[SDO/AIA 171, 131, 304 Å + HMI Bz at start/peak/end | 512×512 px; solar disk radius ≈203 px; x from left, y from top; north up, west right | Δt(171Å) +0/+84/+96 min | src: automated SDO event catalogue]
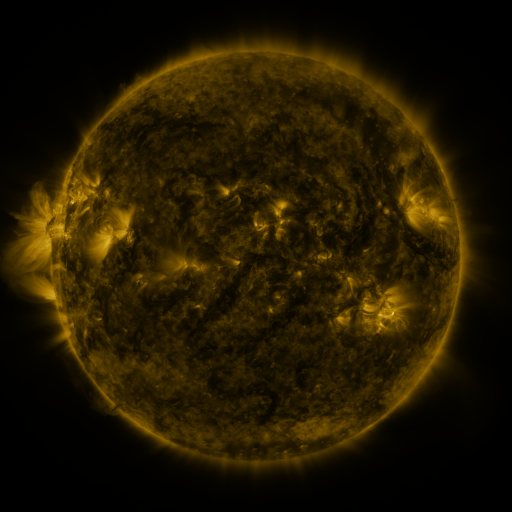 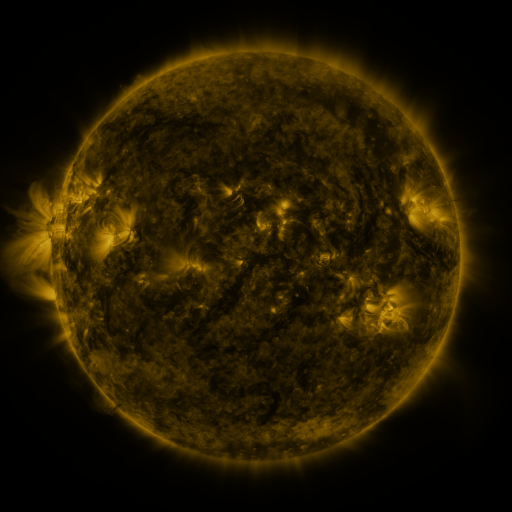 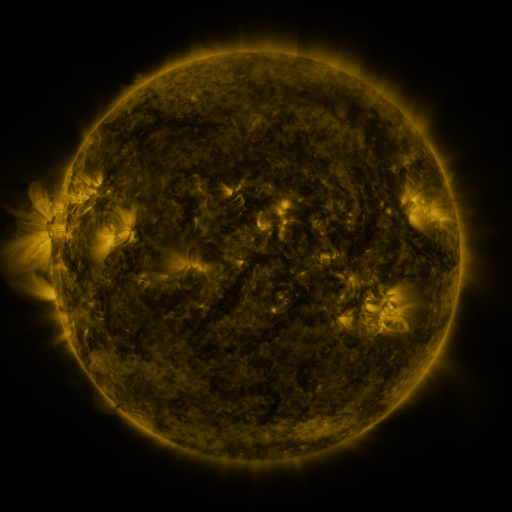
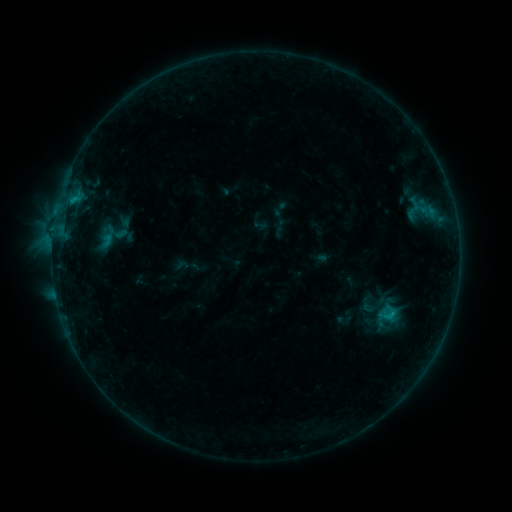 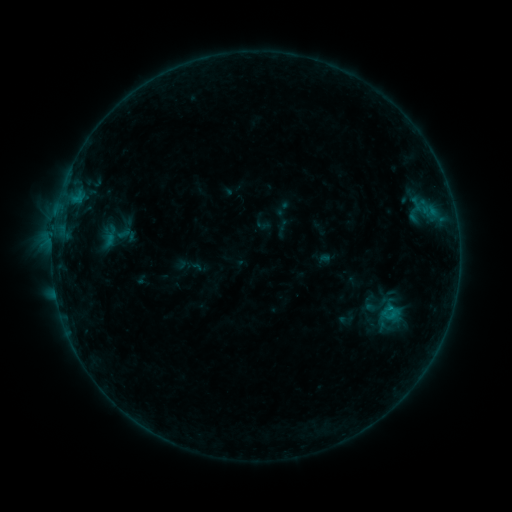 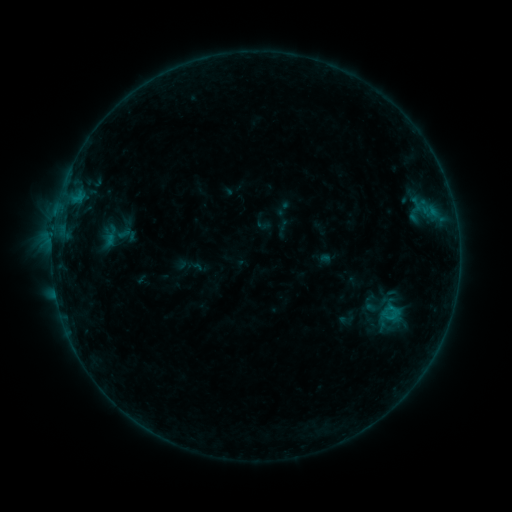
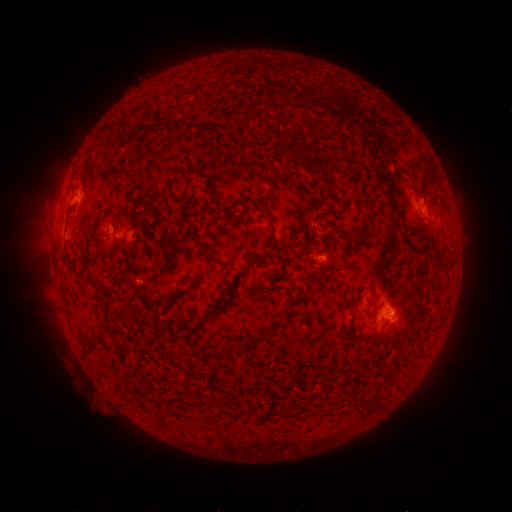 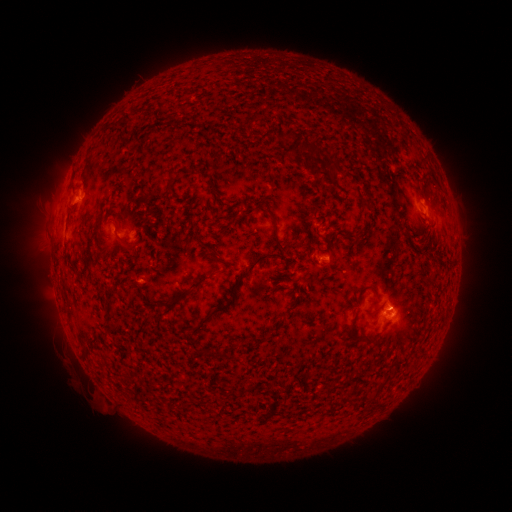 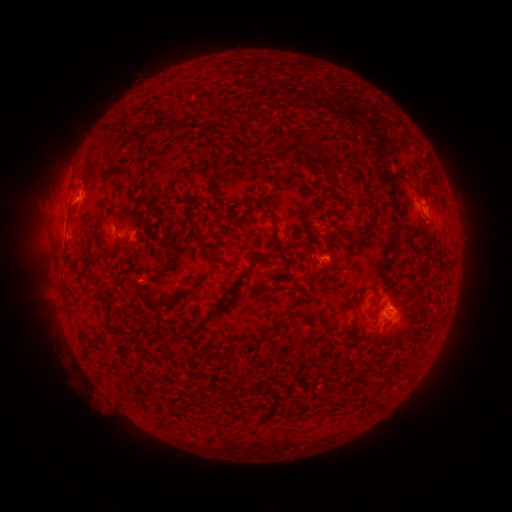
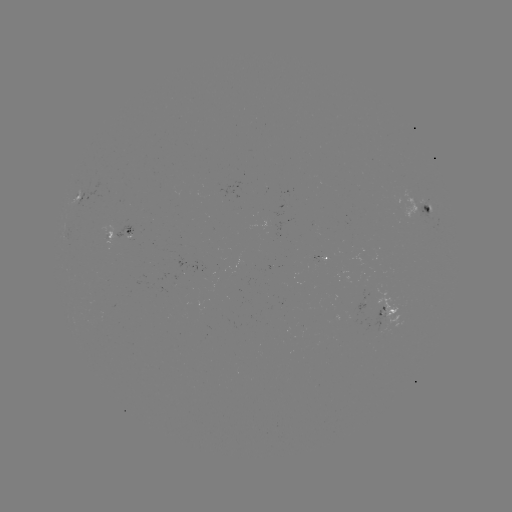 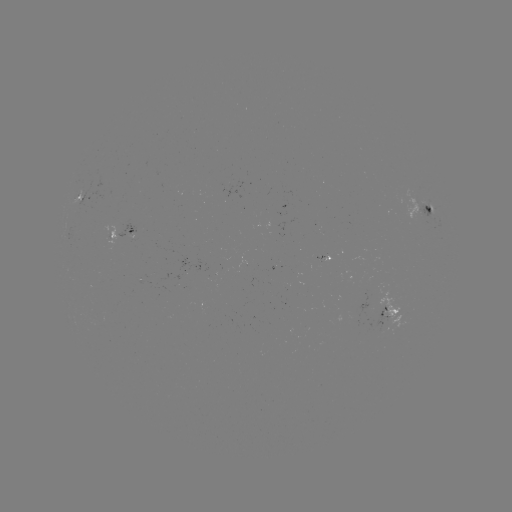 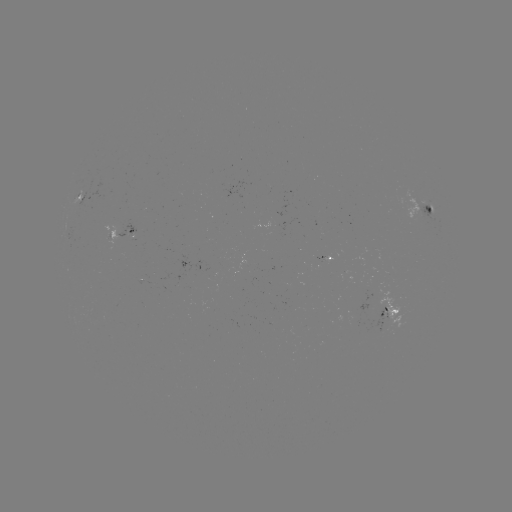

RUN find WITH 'emerging-flux region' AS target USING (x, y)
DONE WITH (381, 303) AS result